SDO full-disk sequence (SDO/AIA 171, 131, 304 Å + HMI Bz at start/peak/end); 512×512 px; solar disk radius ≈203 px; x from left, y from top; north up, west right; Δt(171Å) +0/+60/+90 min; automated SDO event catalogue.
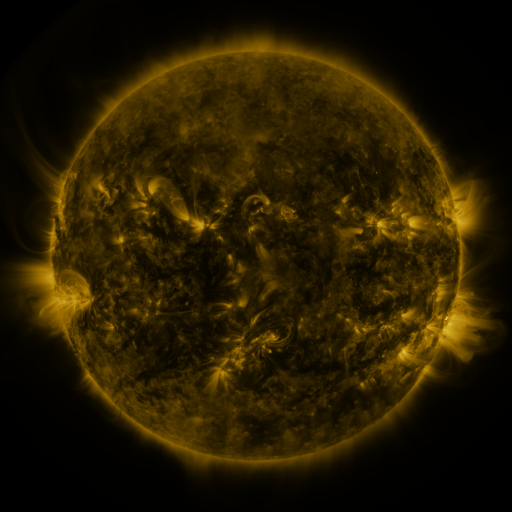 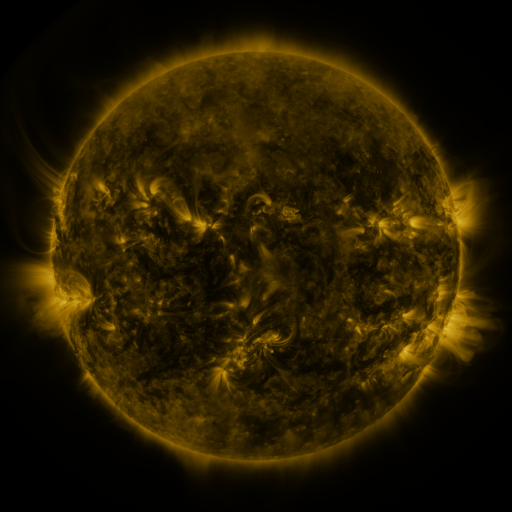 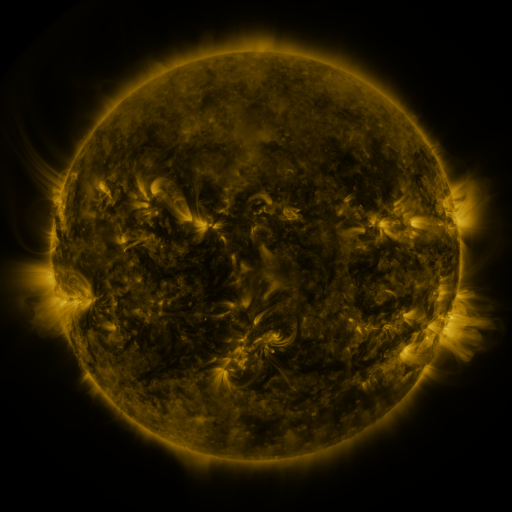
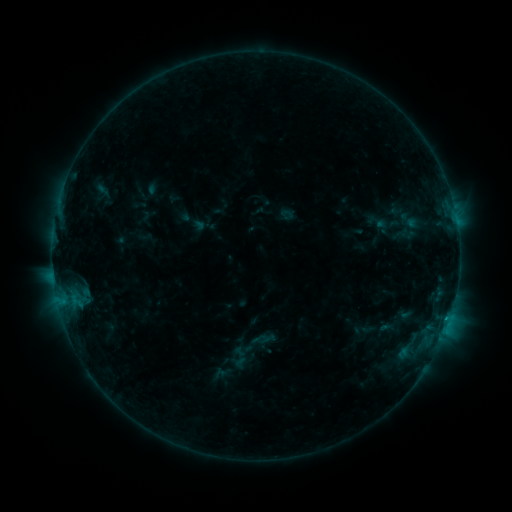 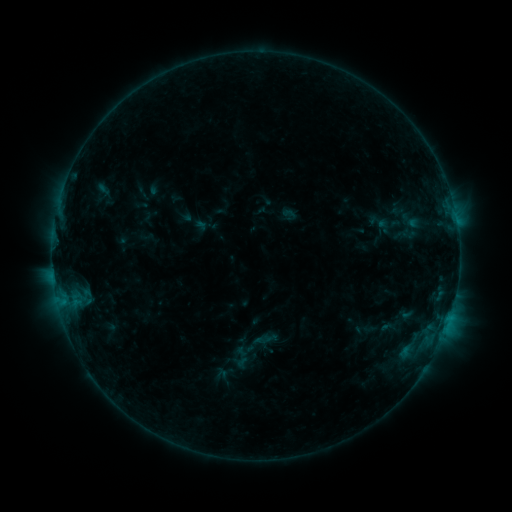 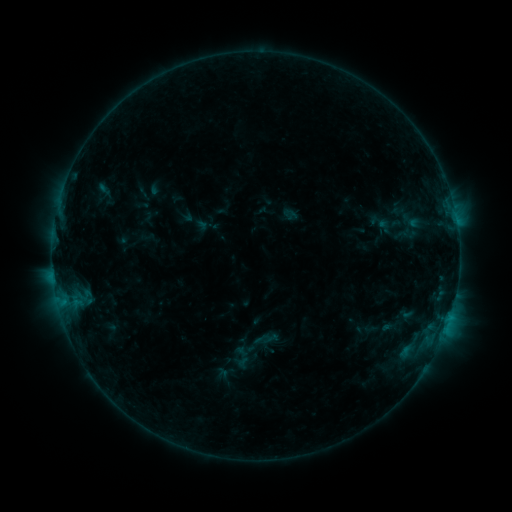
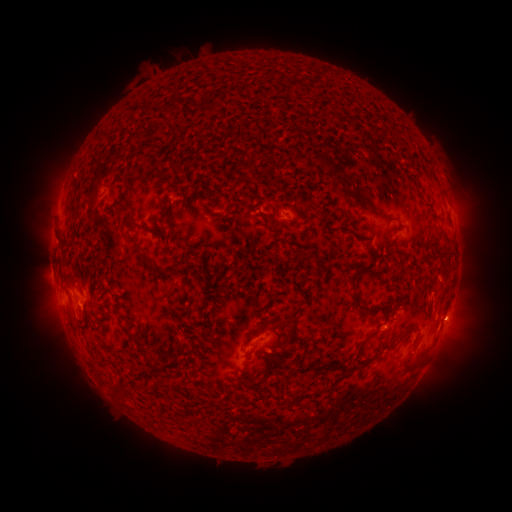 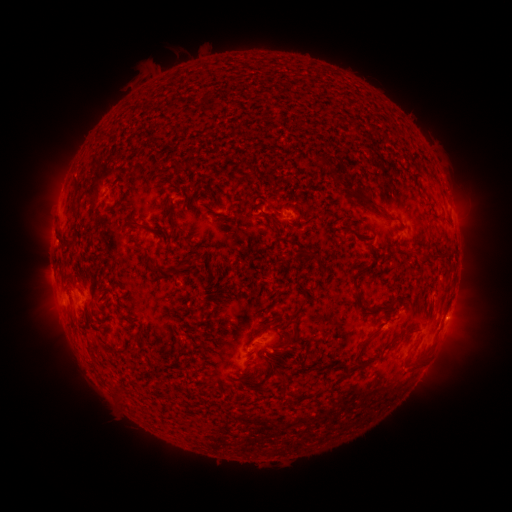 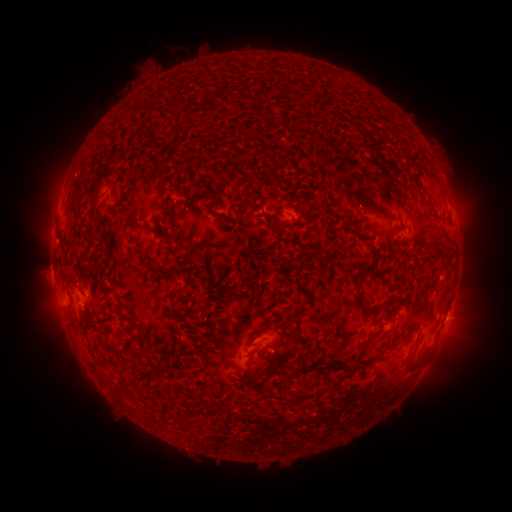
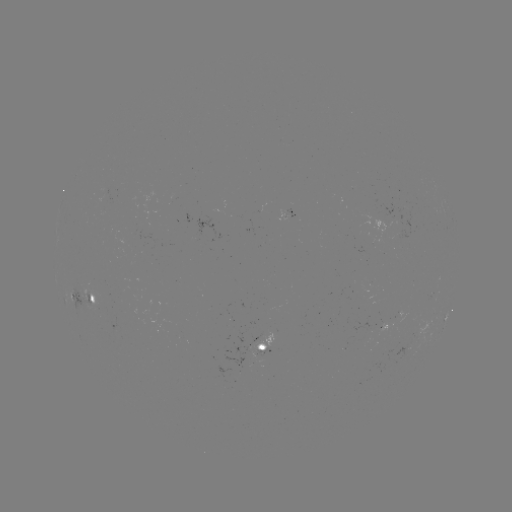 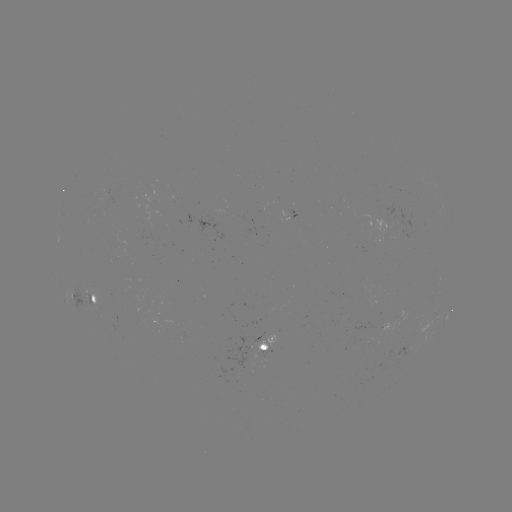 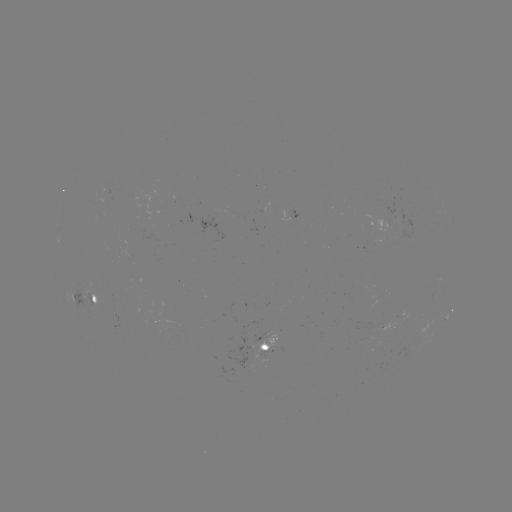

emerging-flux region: [355, 323, 377, 343]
